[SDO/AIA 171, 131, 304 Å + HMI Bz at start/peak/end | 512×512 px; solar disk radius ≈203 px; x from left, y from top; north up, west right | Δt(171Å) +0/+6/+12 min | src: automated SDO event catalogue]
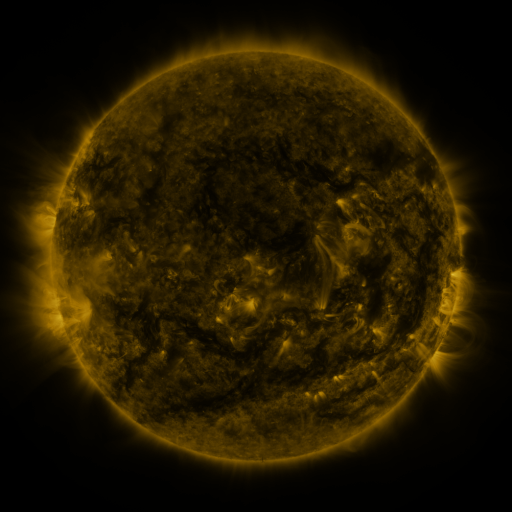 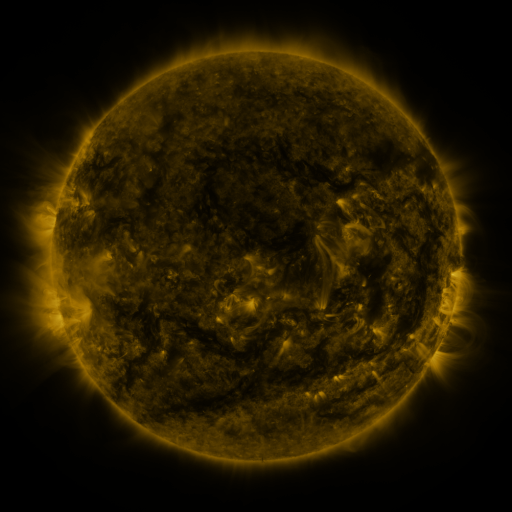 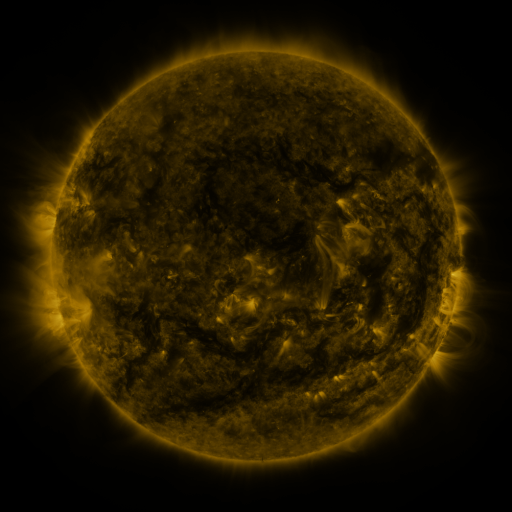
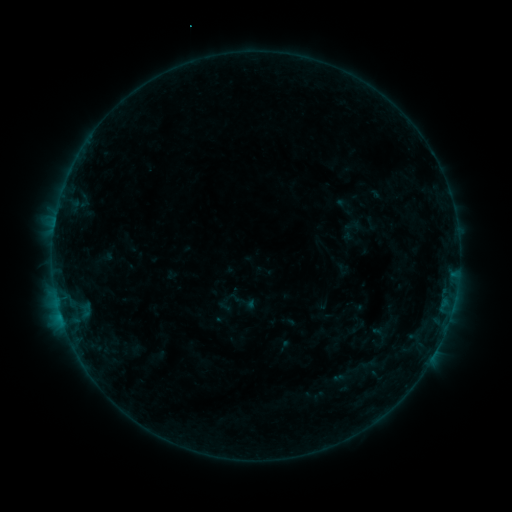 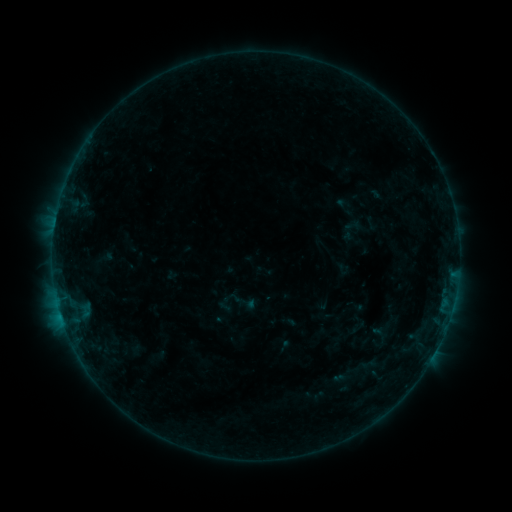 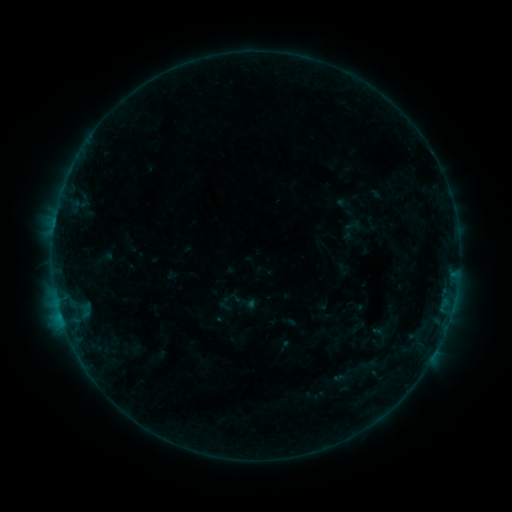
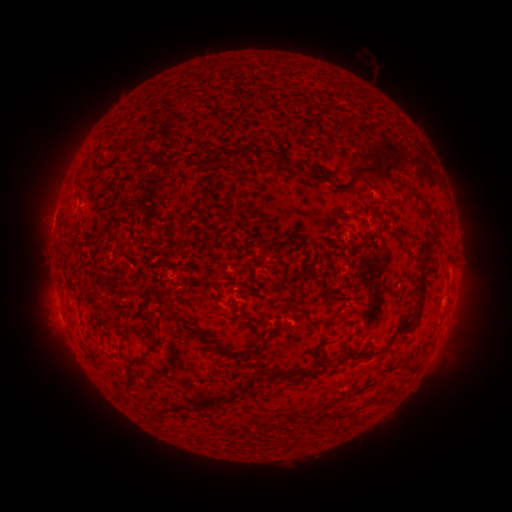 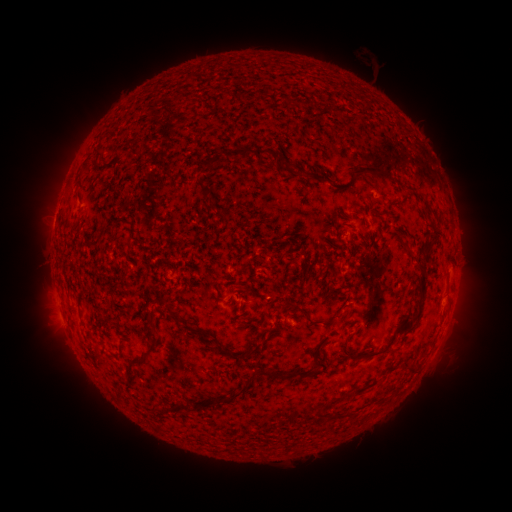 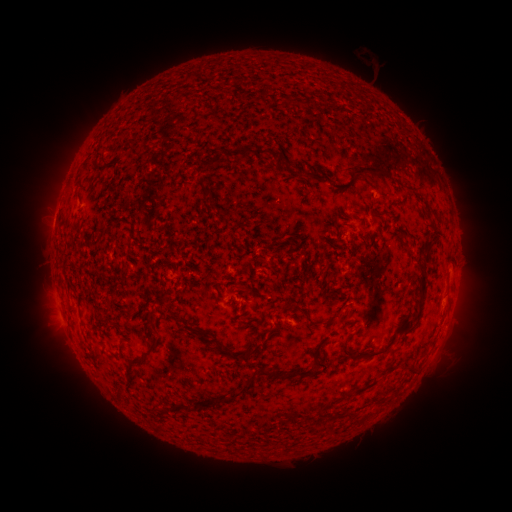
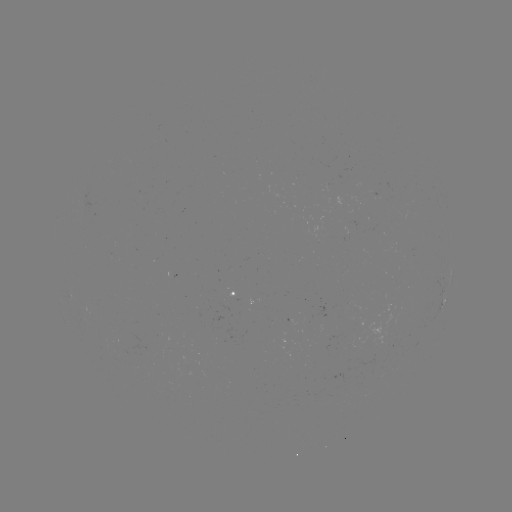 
no flare in any classed list; no EUV-trigger detection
